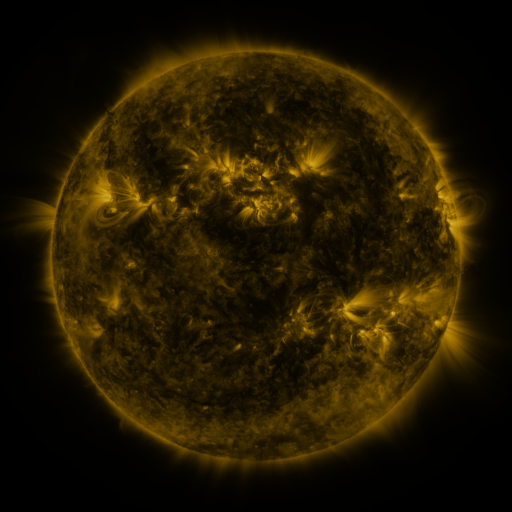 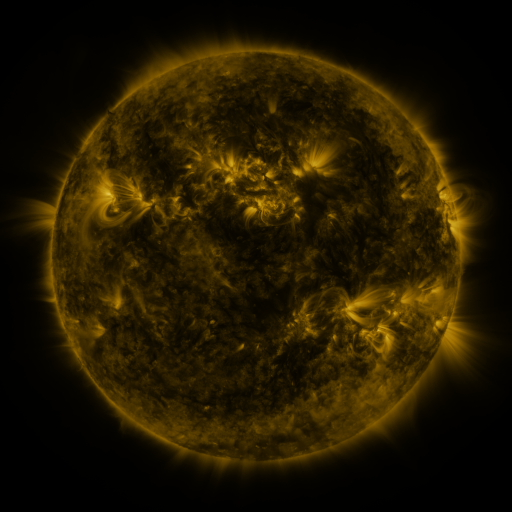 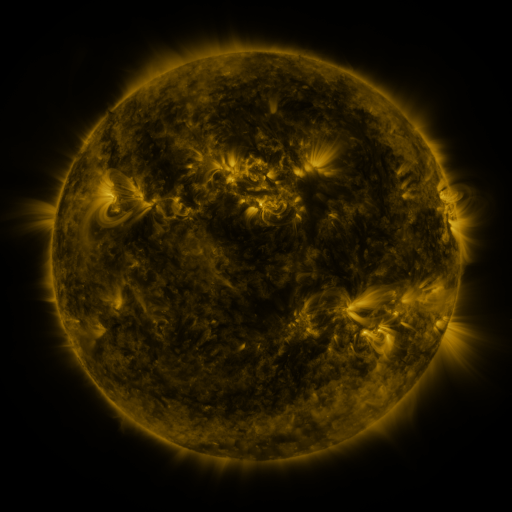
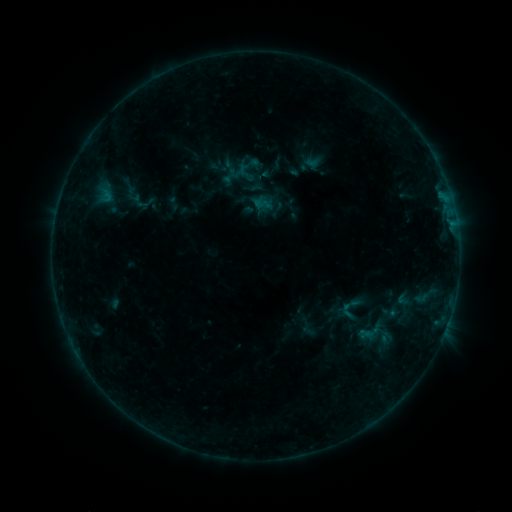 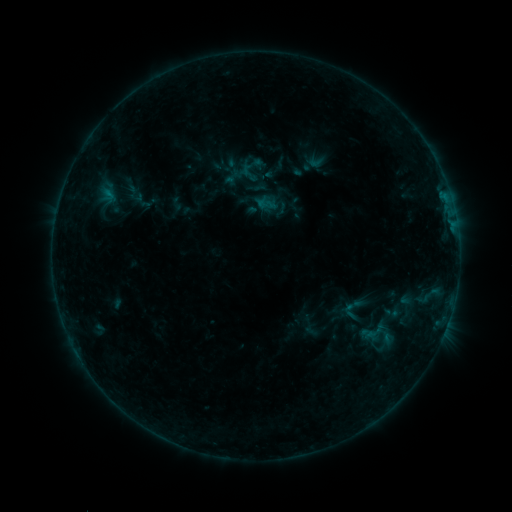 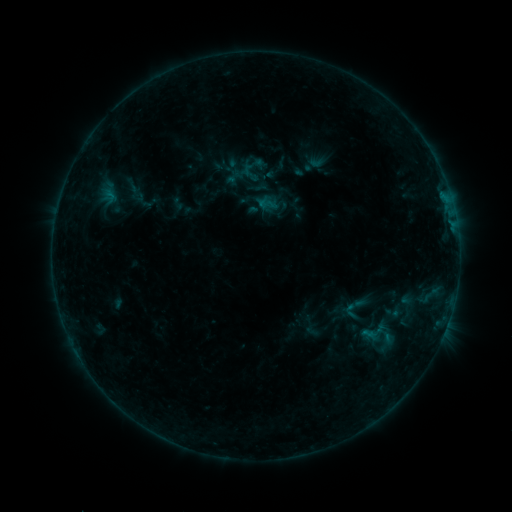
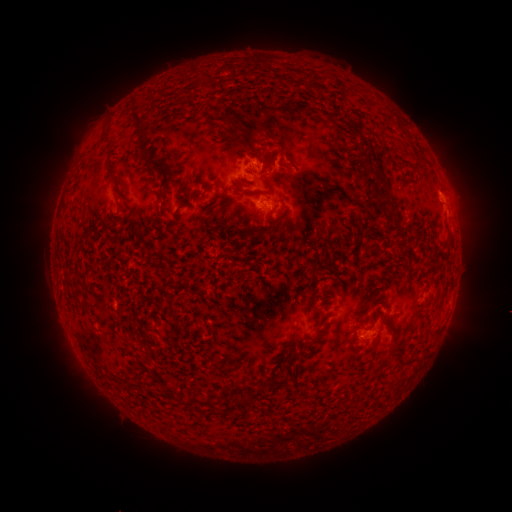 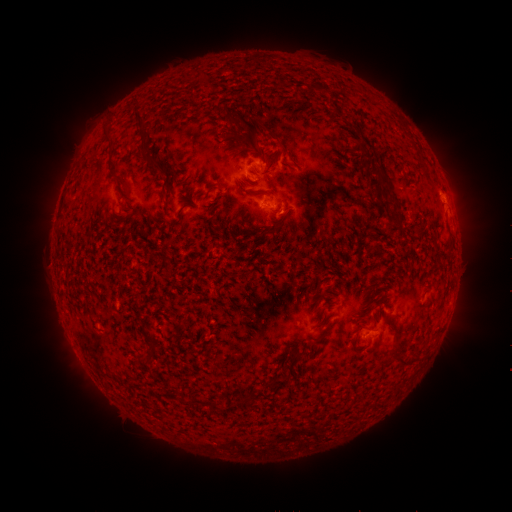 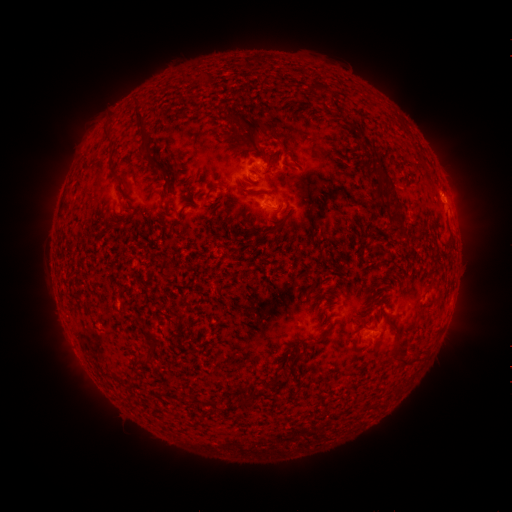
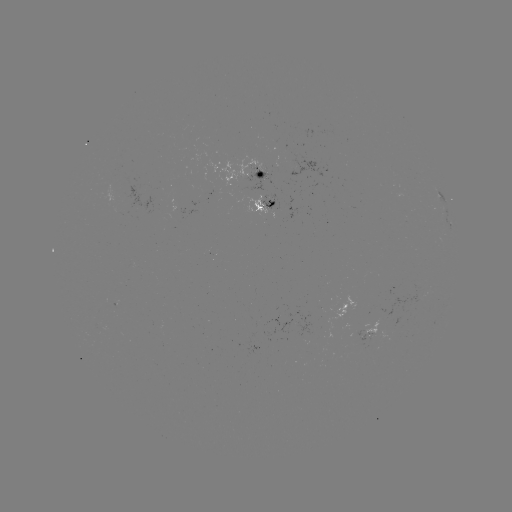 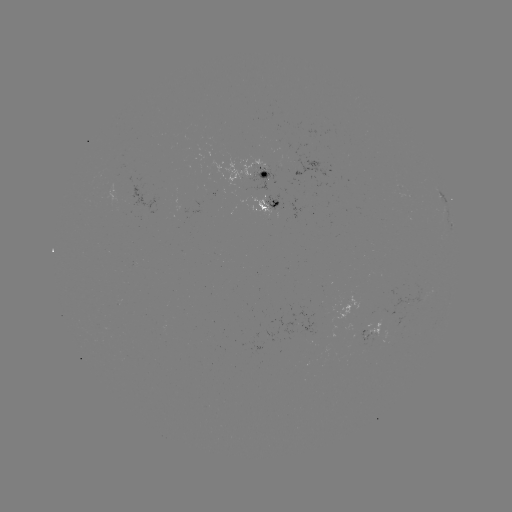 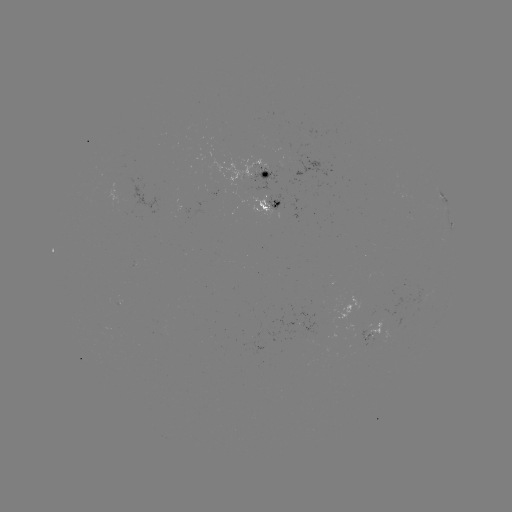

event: emerging-flux region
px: (400, 192)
